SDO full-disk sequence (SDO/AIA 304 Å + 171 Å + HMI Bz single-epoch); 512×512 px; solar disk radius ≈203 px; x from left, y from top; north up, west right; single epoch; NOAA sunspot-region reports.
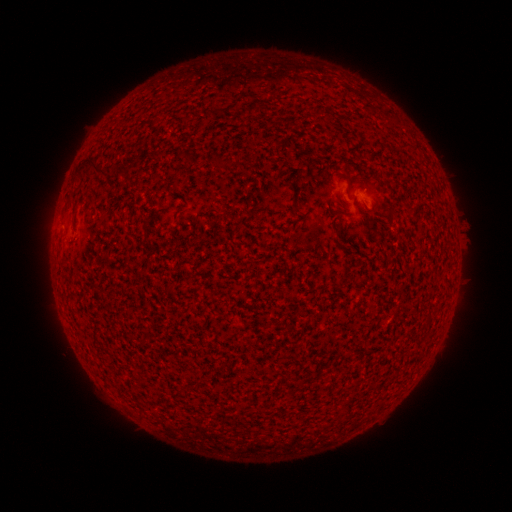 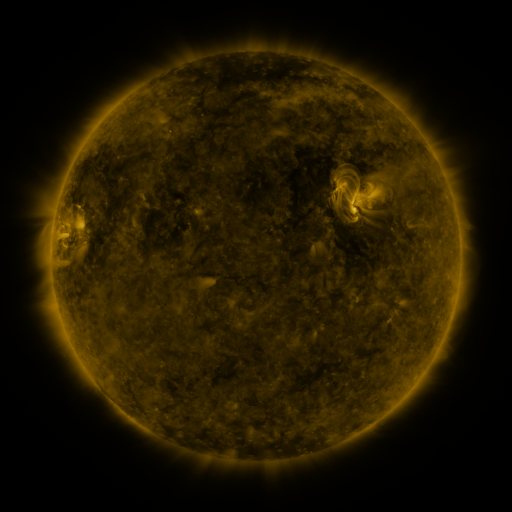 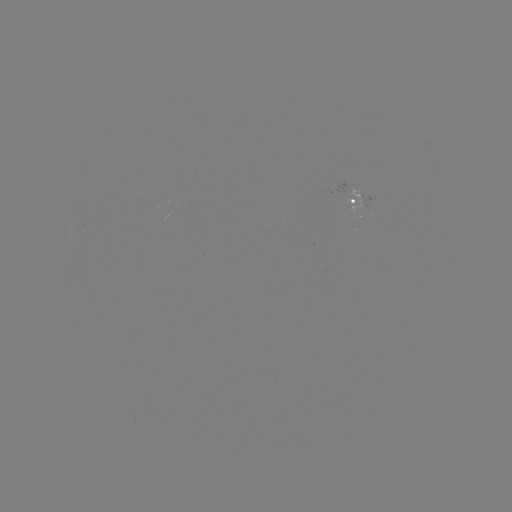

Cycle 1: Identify spotted active region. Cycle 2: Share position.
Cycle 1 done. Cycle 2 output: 361,200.